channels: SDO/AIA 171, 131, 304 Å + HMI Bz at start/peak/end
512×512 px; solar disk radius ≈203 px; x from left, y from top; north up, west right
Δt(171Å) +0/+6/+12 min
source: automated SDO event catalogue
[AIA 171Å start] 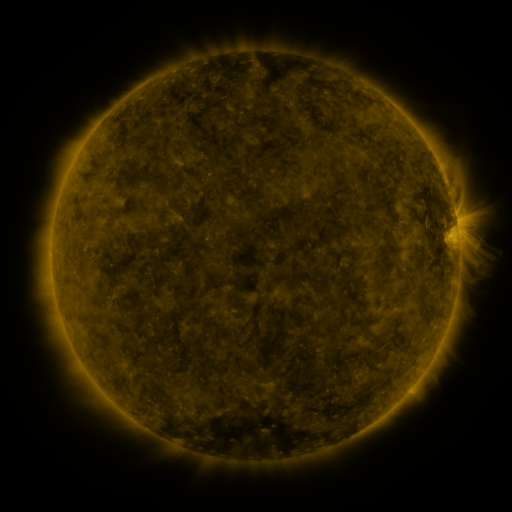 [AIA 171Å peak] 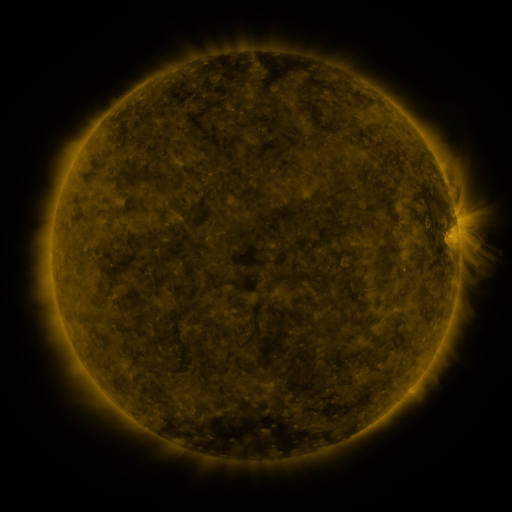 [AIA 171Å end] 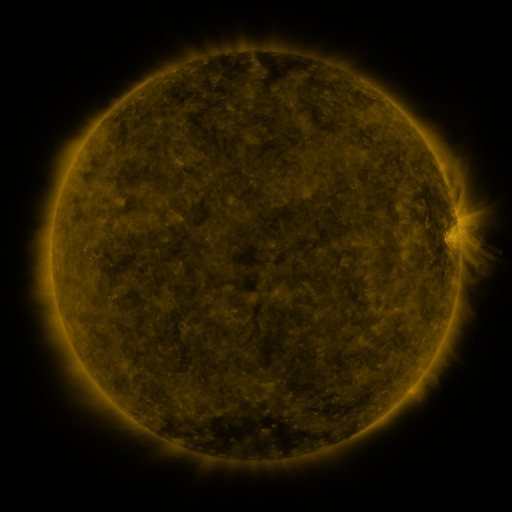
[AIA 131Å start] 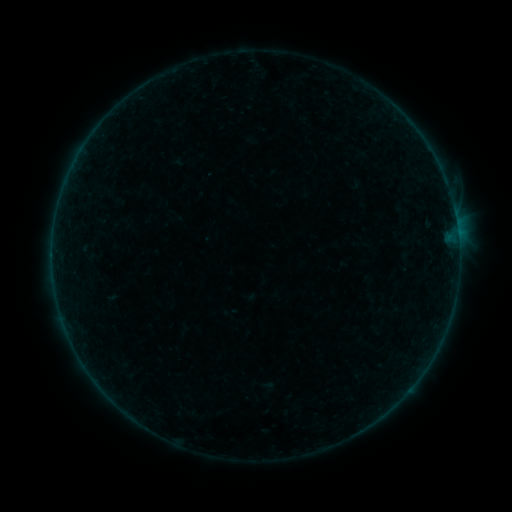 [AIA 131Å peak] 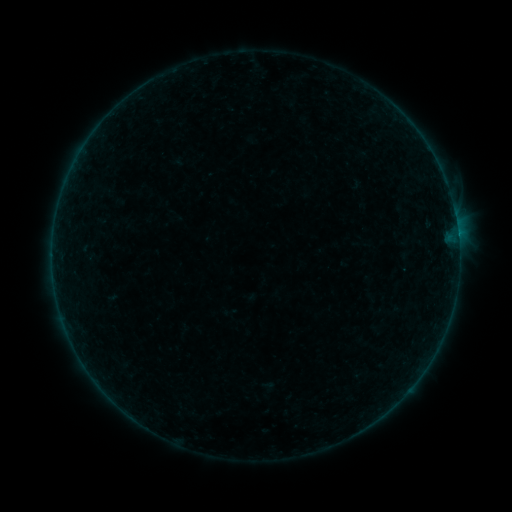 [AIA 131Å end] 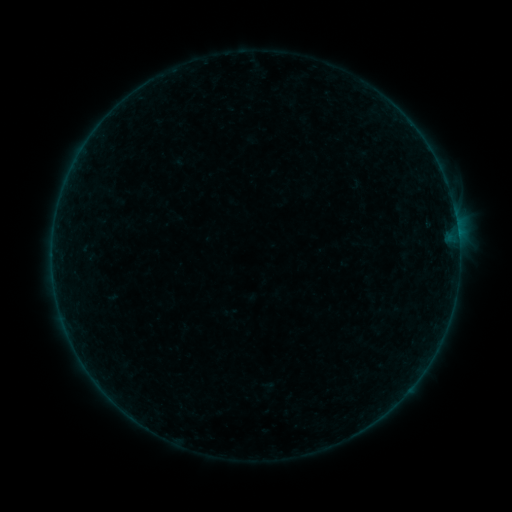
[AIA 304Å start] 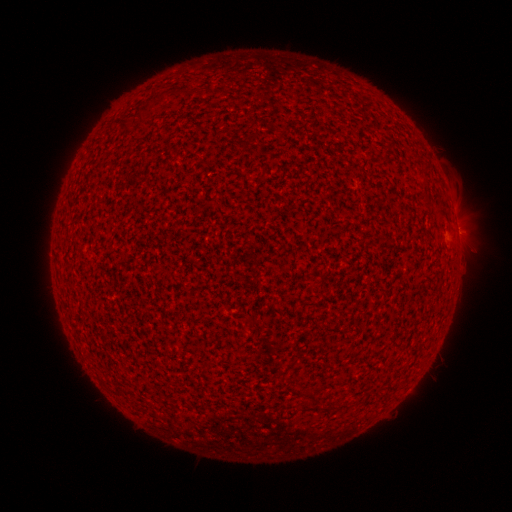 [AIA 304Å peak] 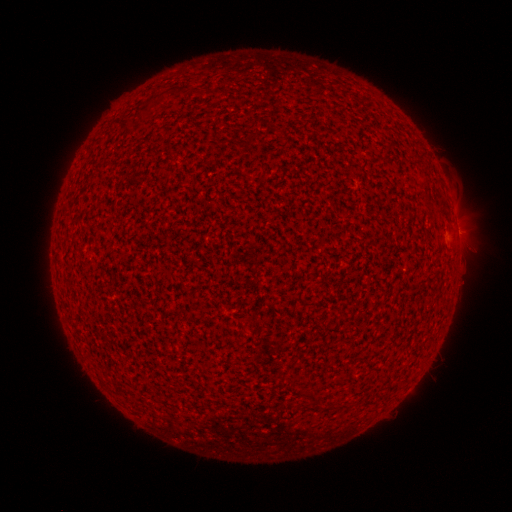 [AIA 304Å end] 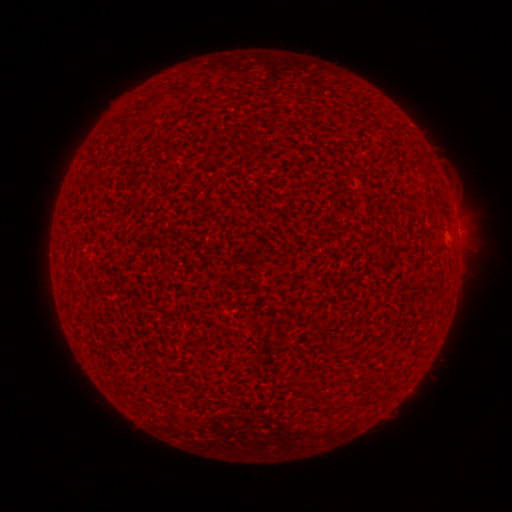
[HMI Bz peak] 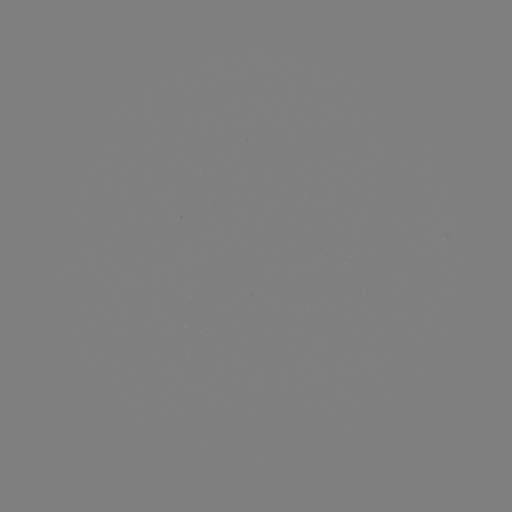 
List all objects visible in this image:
B1.3 flare: (458, 237)
